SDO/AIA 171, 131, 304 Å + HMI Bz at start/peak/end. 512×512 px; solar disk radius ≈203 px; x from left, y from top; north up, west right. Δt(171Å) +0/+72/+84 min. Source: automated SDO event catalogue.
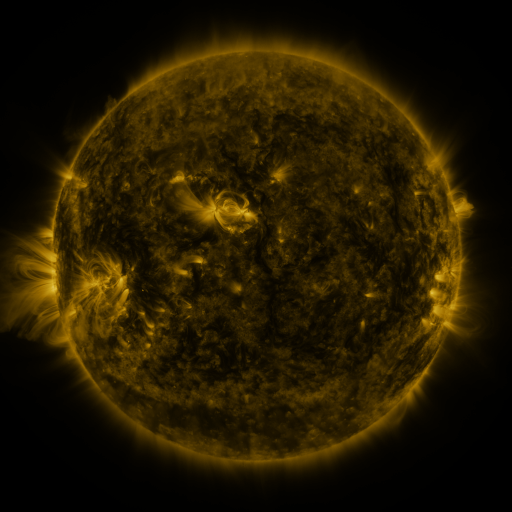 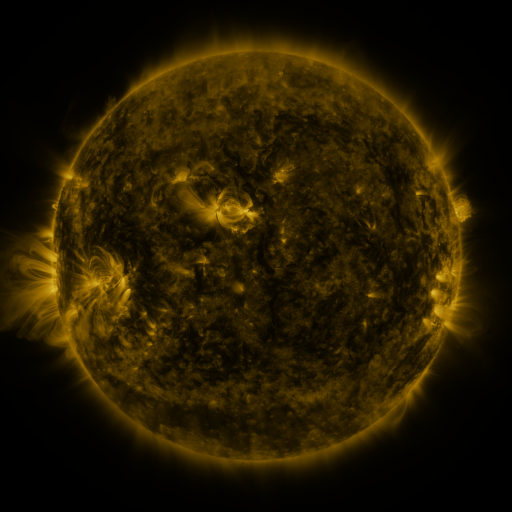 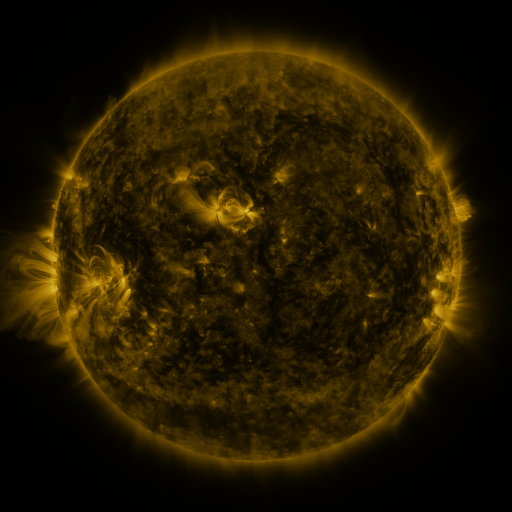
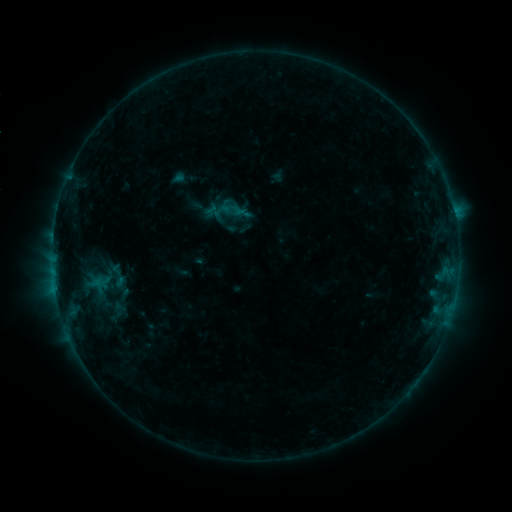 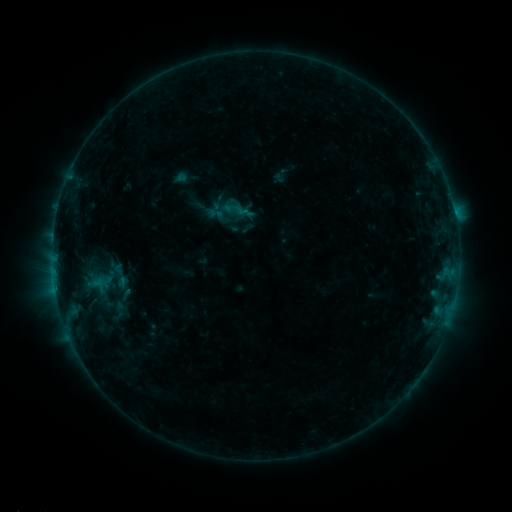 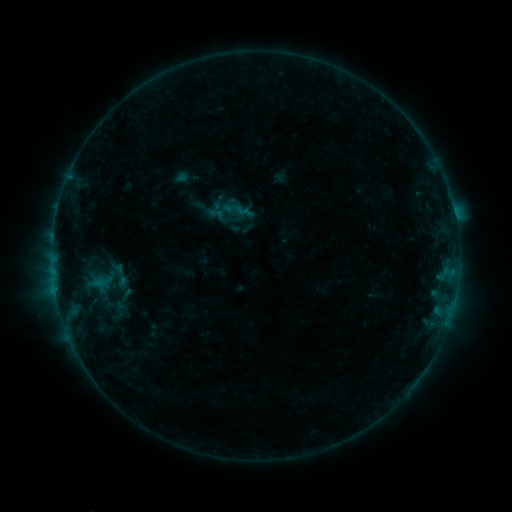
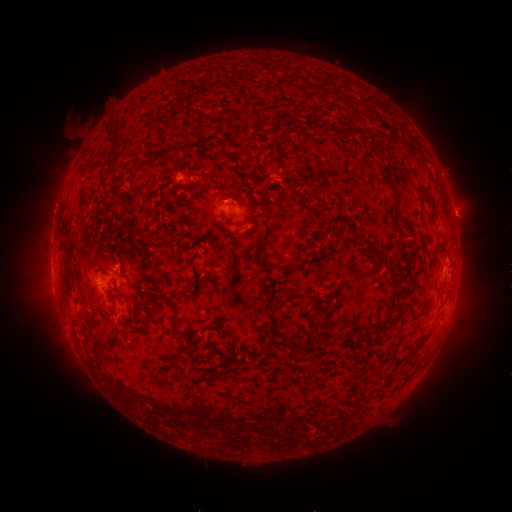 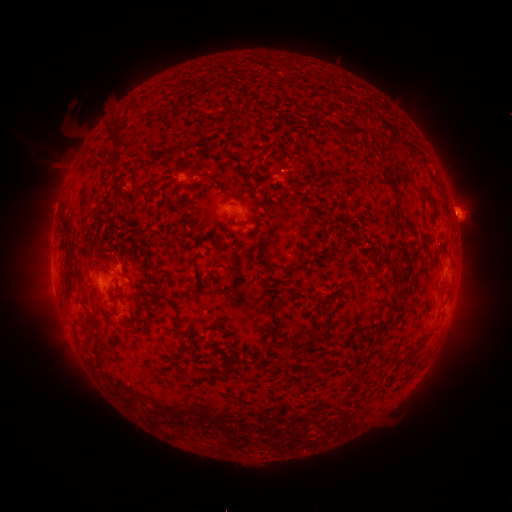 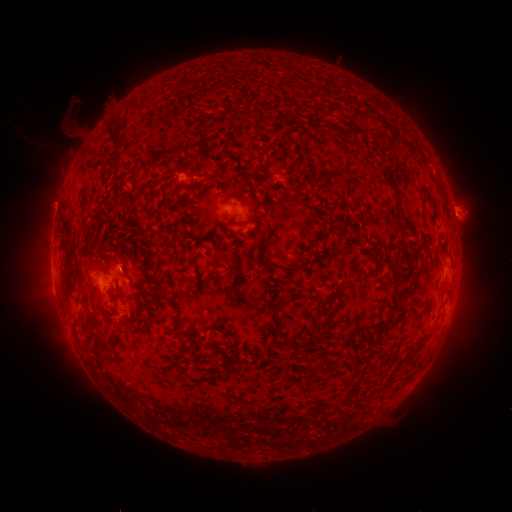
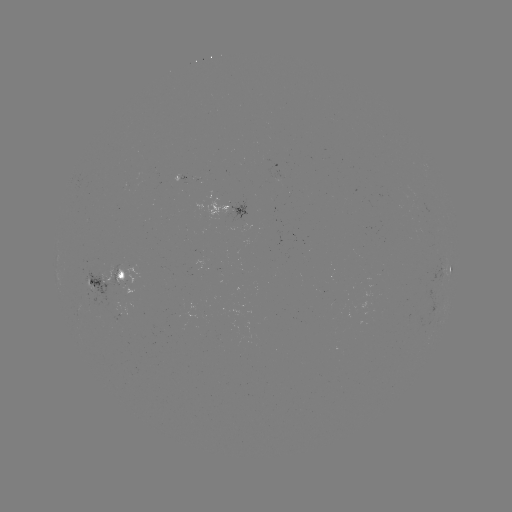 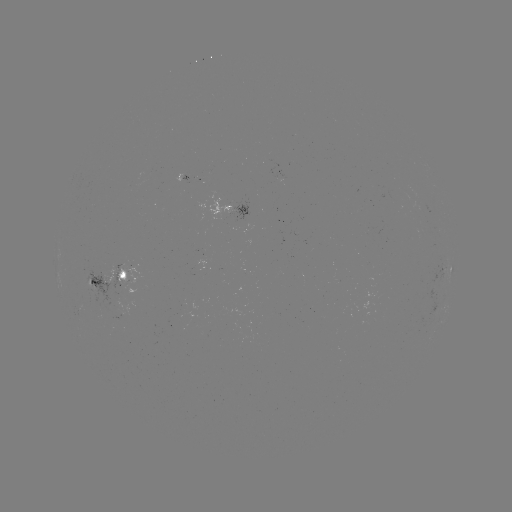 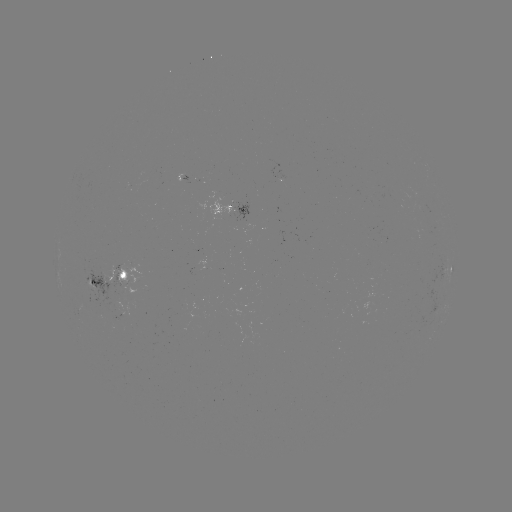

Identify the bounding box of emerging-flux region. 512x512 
[416, 228, 430, 237].